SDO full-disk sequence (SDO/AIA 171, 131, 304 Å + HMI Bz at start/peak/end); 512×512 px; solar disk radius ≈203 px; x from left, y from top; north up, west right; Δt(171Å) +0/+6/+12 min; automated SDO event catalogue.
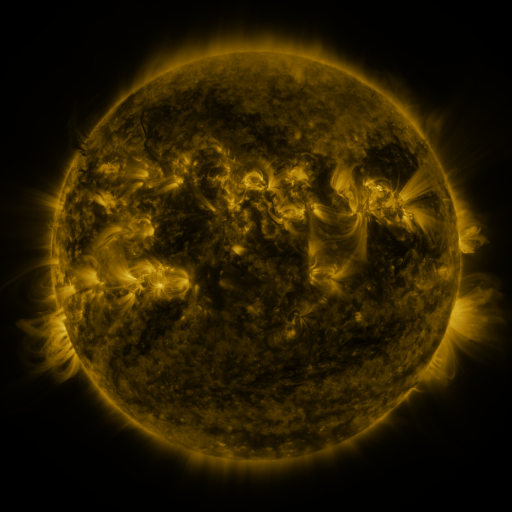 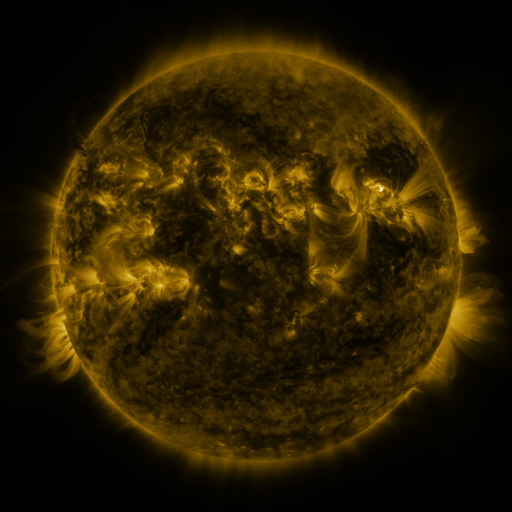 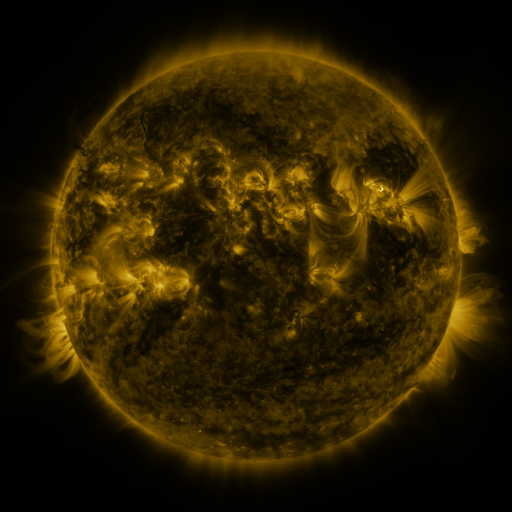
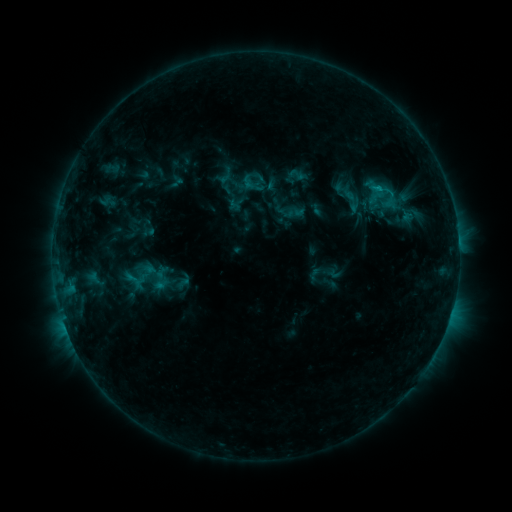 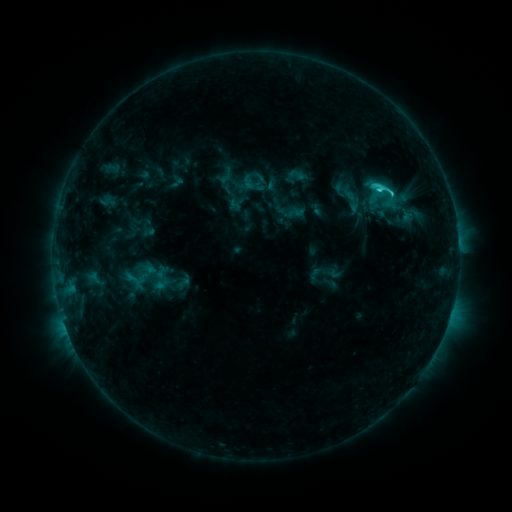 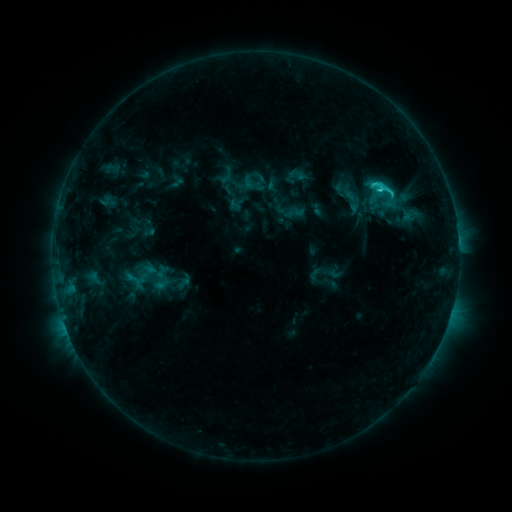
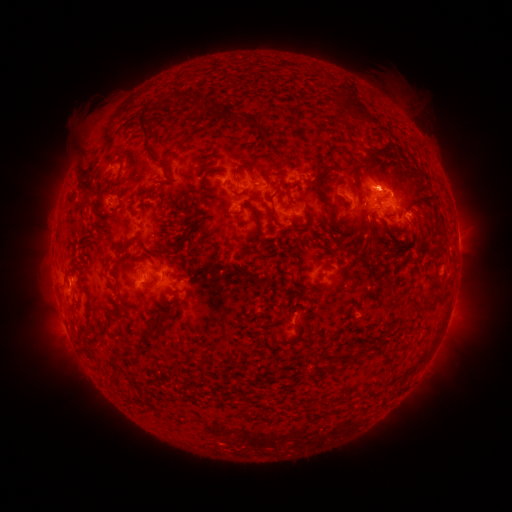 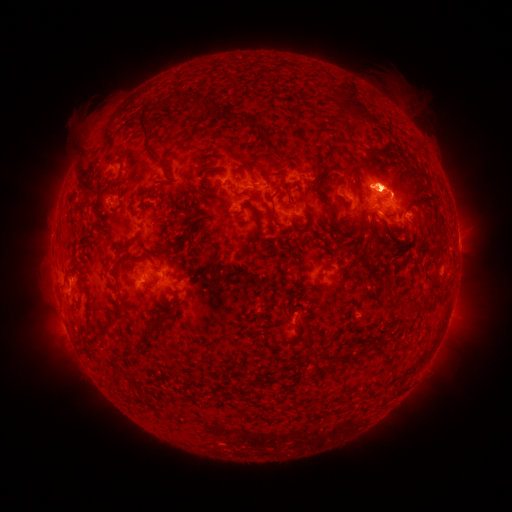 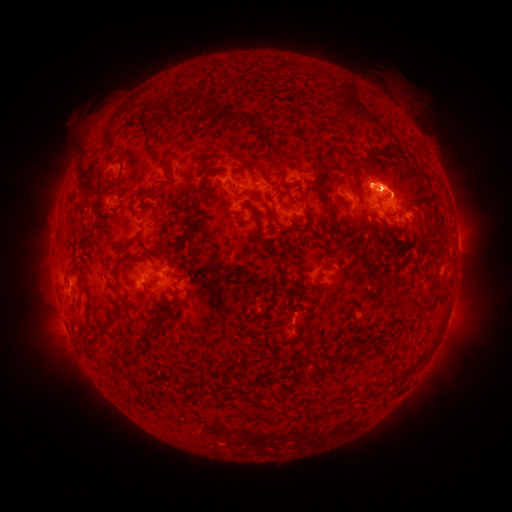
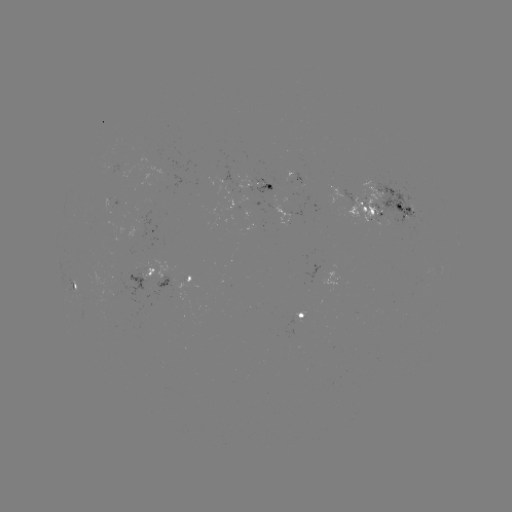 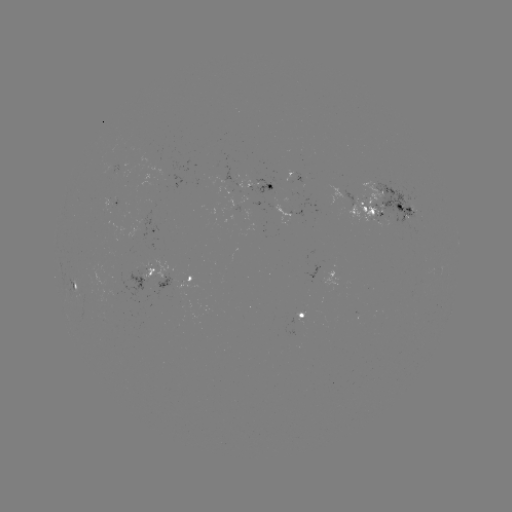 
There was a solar eruption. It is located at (382, 176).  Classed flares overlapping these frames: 1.